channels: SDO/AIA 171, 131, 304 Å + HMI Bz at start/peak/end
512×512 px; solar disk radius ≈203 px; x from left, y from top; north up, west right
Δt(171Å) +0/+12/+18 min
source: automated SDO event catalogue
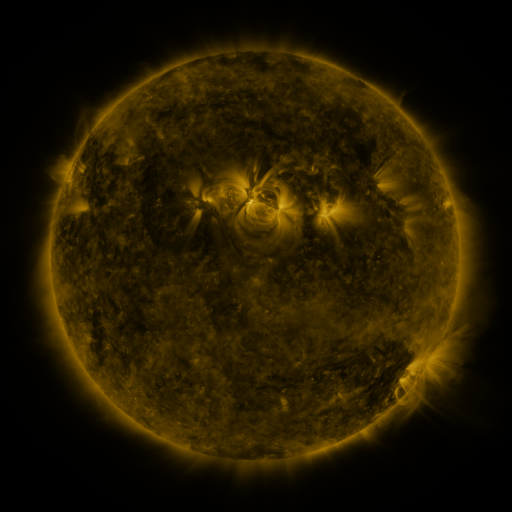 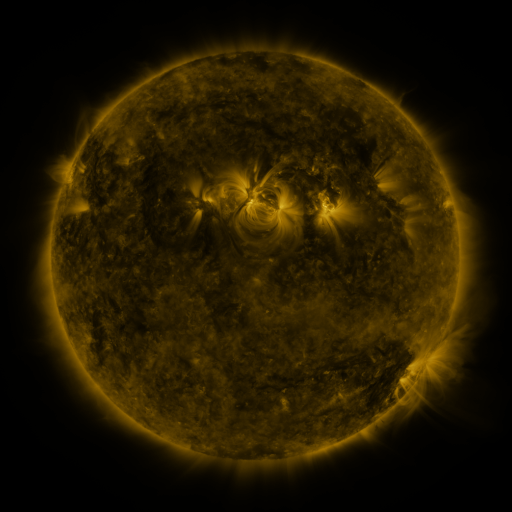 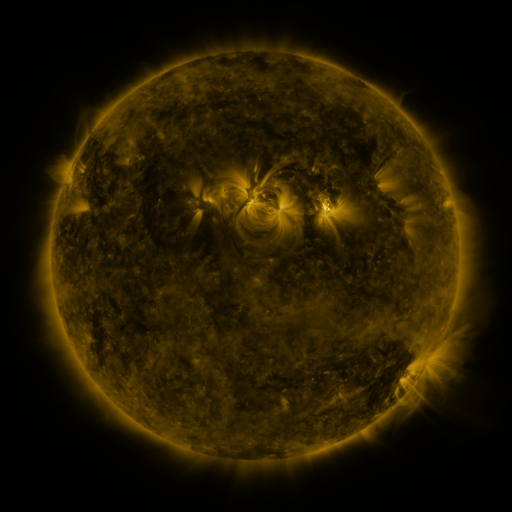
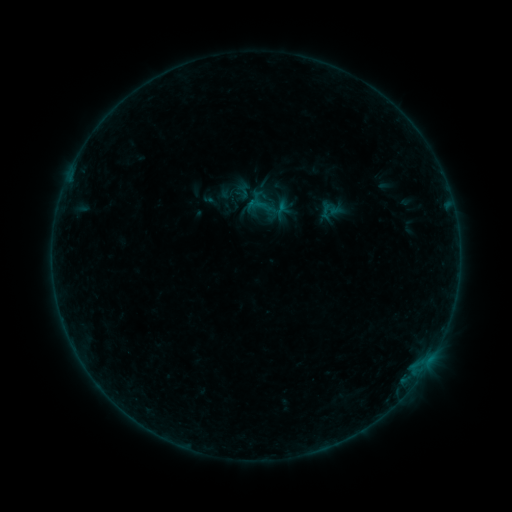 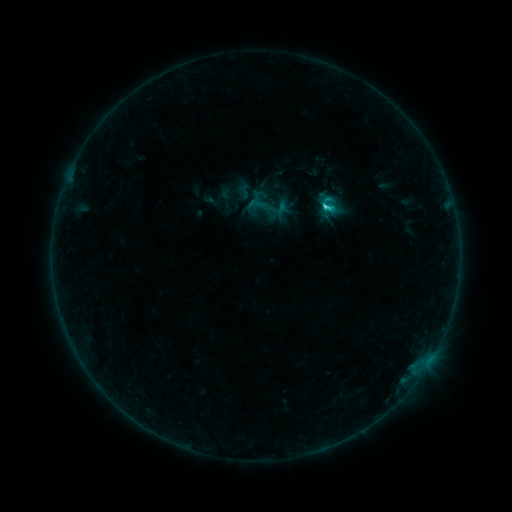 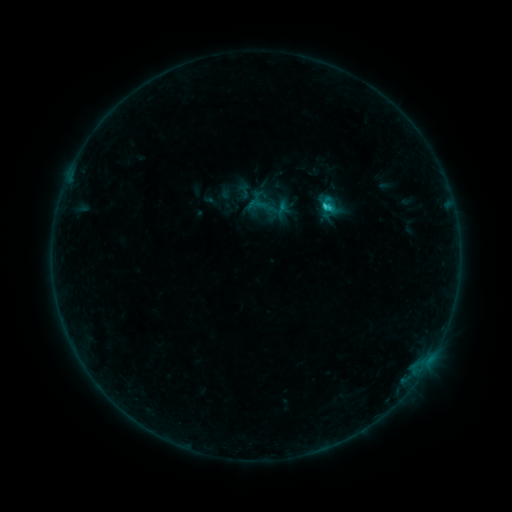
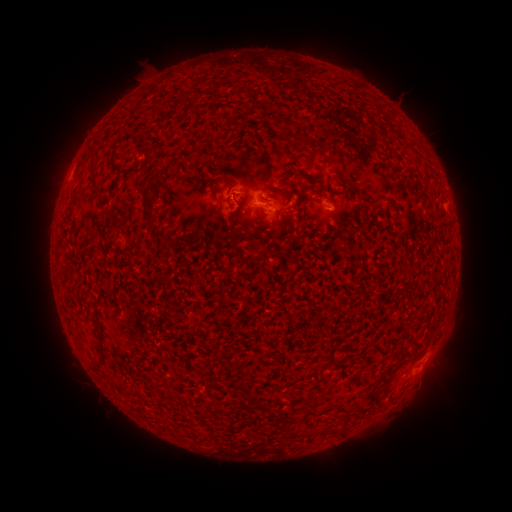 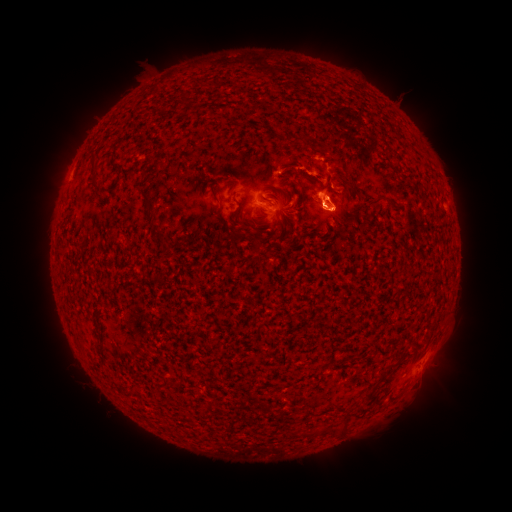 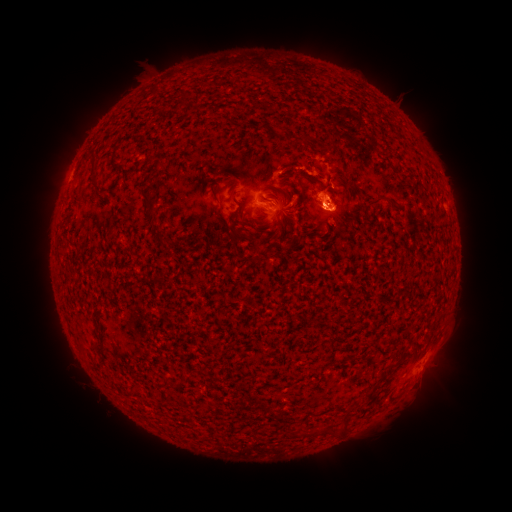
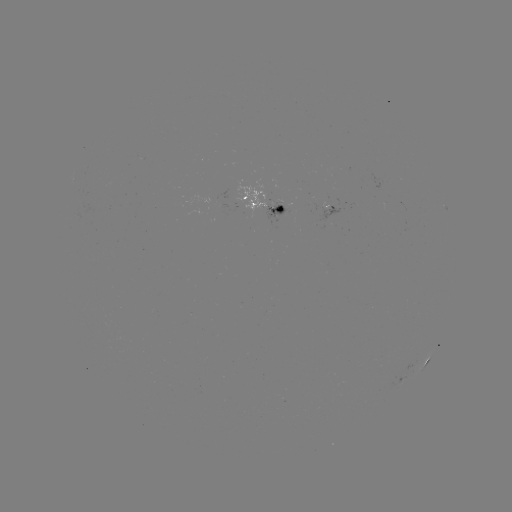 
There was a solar flare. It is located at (325, 211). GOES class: C1.7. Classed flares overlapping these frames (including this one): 1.